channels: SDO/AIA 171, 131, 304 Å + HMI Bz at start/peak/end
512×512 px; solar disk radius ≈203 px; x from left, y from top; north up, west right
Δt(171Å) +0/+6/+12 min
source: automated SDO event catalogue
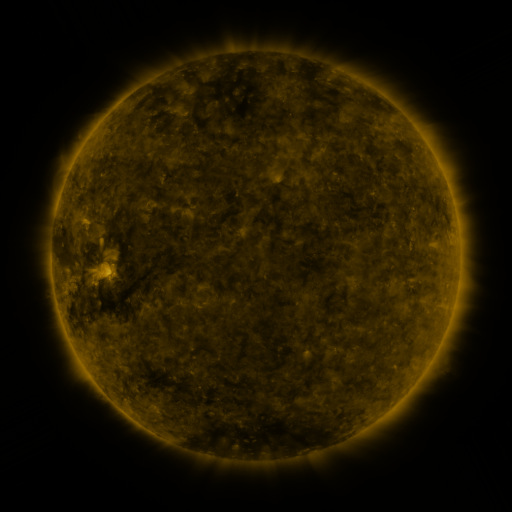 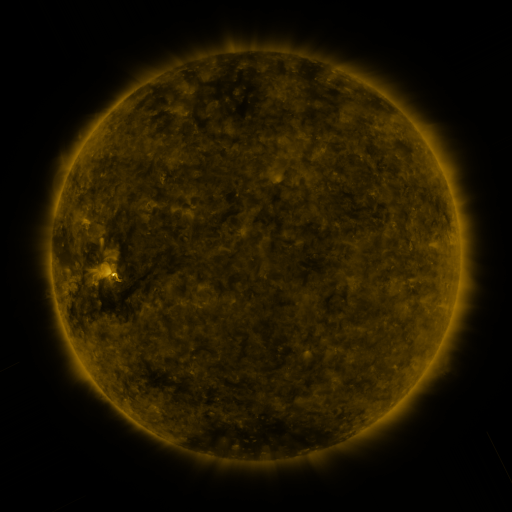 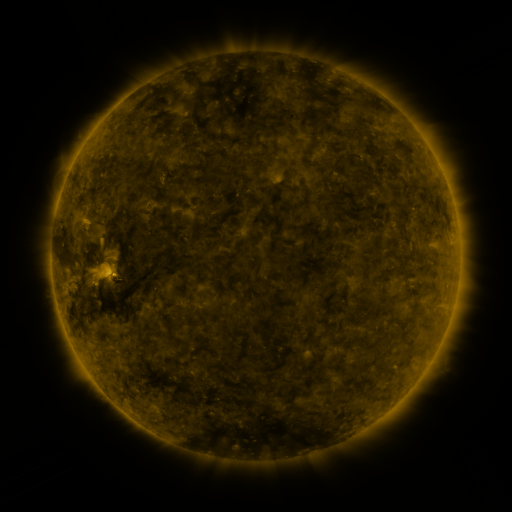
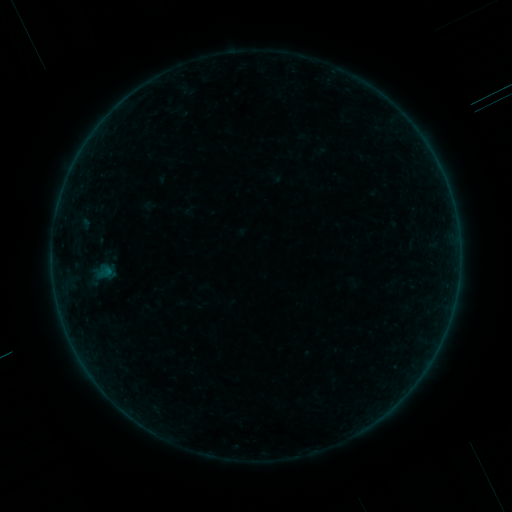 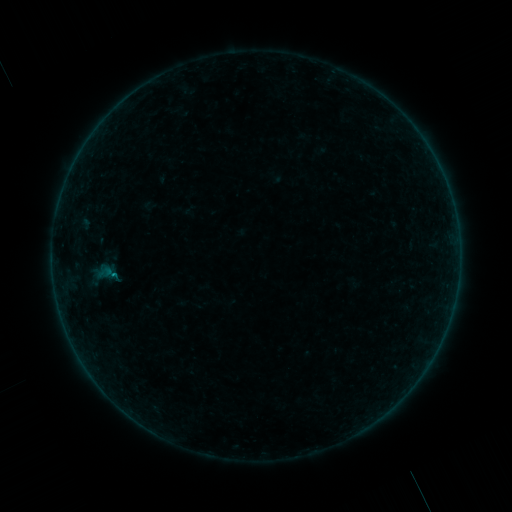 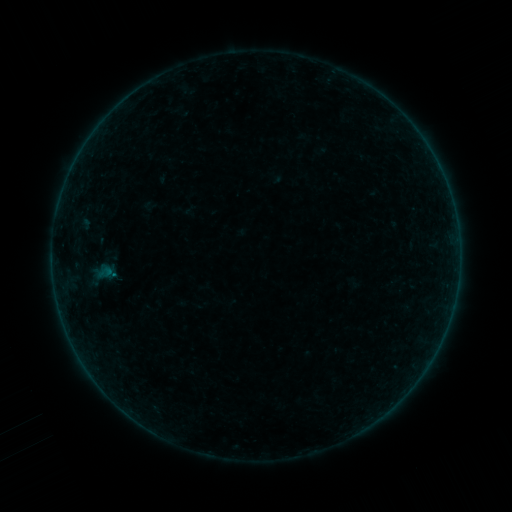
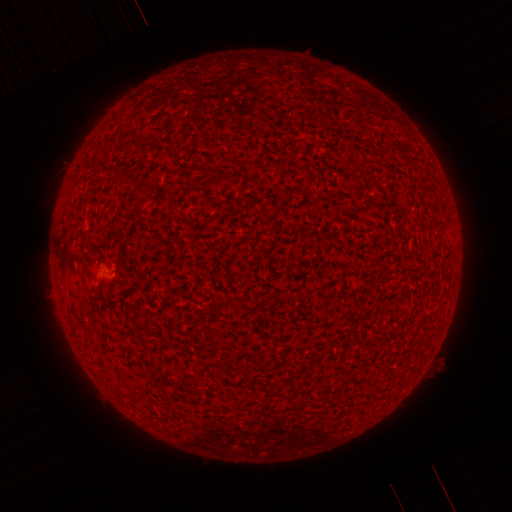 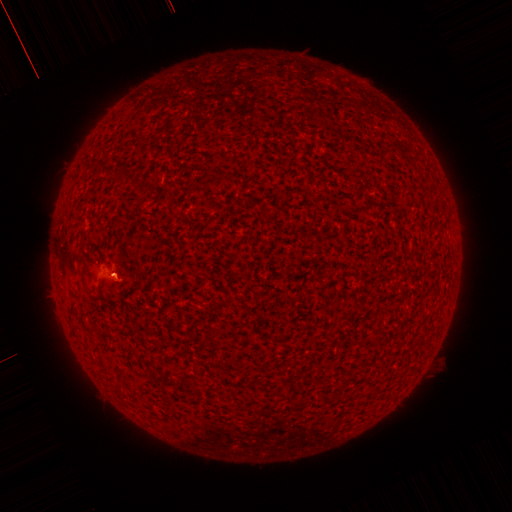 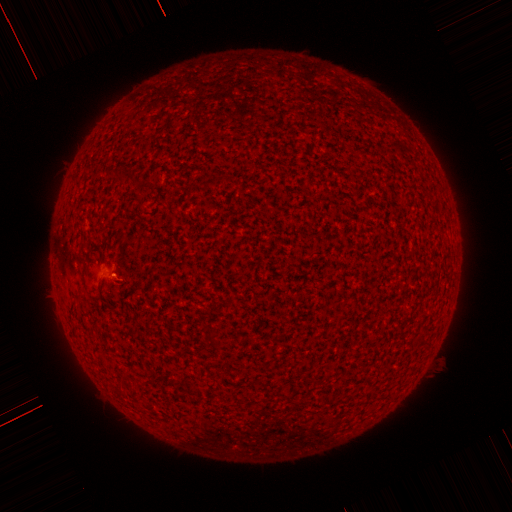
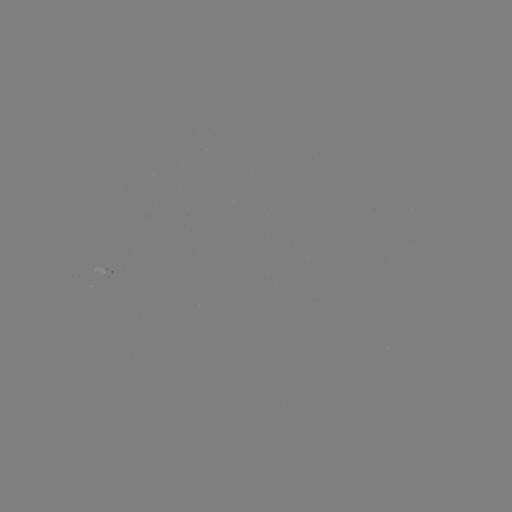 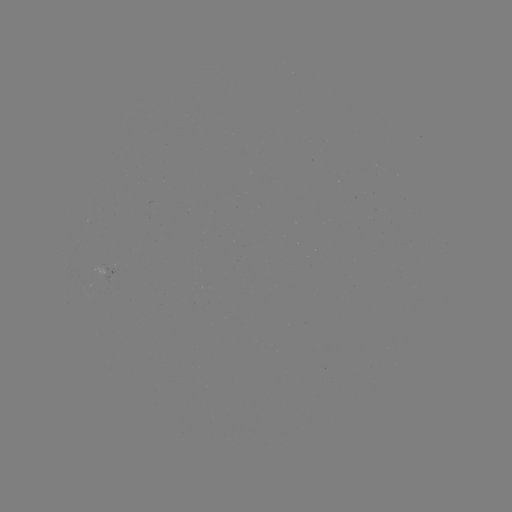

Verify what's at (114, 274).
A6.8 flare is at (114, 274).